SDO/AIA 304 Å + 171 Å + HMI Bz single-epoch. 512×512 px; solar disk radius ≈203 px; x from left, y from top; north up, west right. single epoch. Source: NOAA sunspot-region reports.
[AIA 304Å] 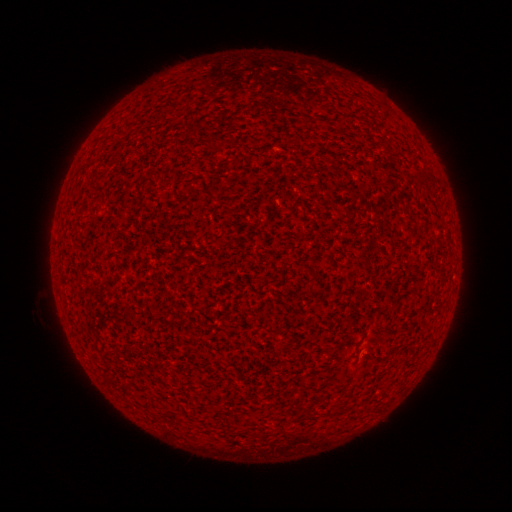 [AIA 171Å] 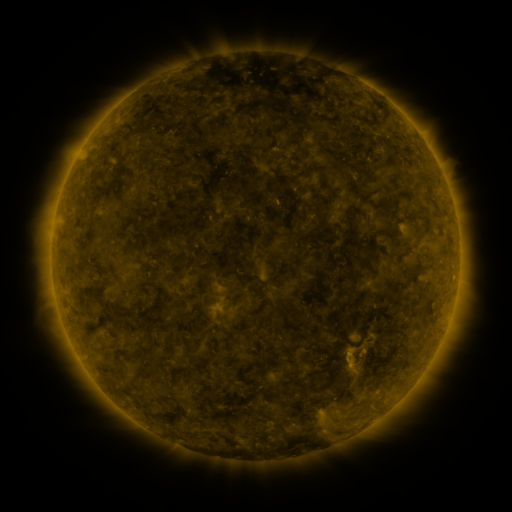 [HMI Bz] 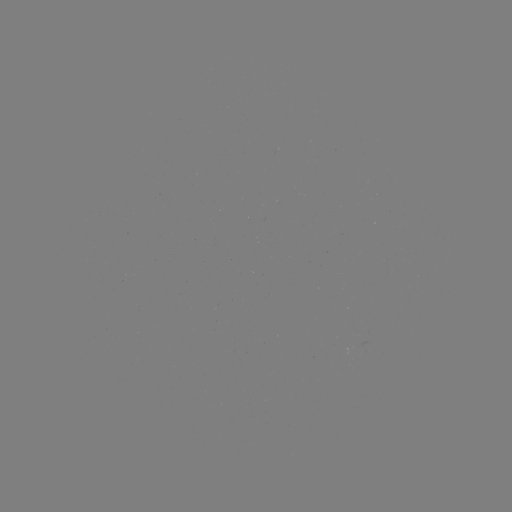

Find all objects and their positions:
(none)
